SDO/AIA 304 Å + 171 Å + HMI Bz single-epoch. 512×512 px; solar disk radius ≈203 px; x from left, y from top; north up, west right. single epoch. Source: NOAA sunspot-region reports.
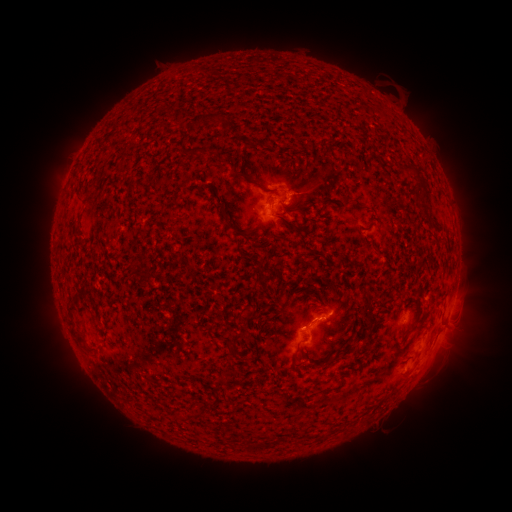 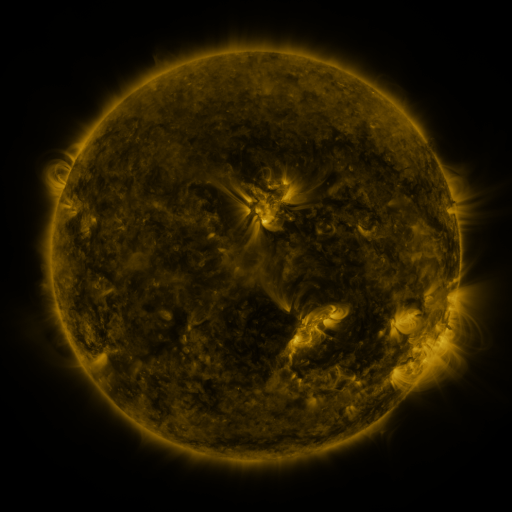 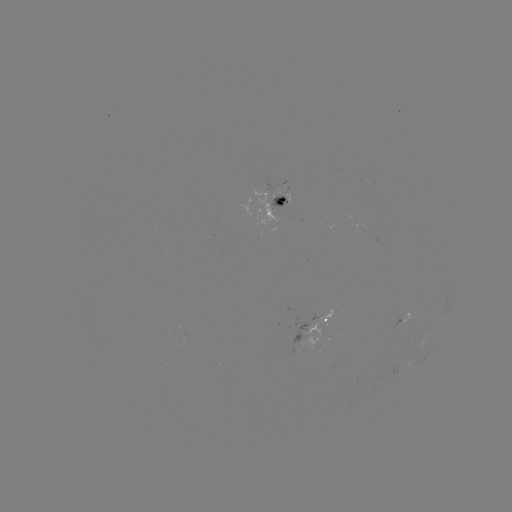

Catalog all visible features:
spotted active region: (272, 208)
spotted active region: (317, 319)
spotted active region: (405, 319)
spotted active region: (434, 346)
spotted active region: (403, 365)
